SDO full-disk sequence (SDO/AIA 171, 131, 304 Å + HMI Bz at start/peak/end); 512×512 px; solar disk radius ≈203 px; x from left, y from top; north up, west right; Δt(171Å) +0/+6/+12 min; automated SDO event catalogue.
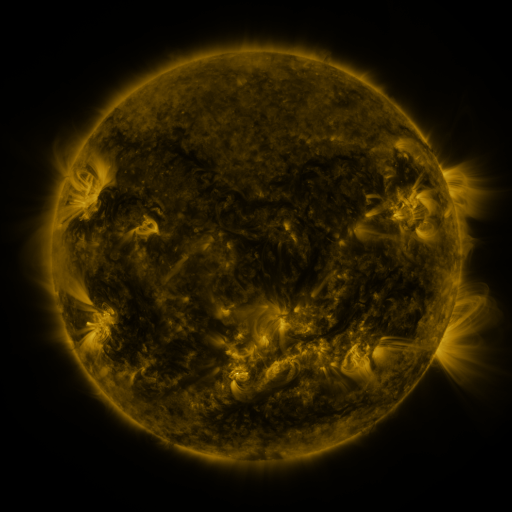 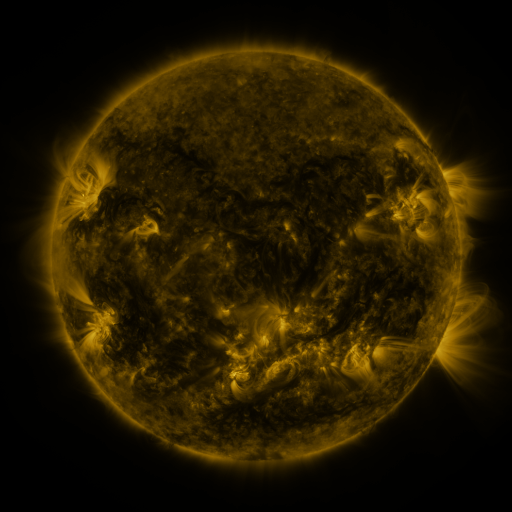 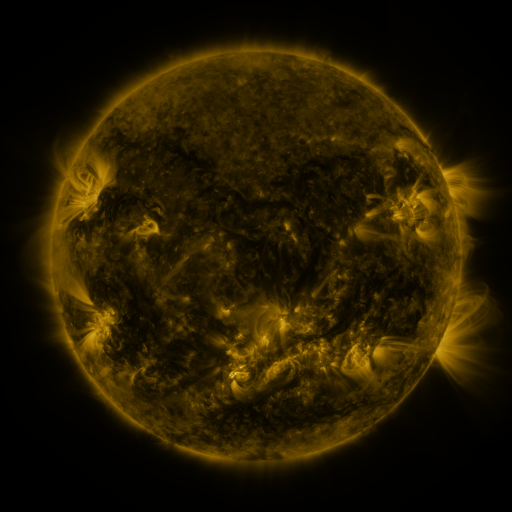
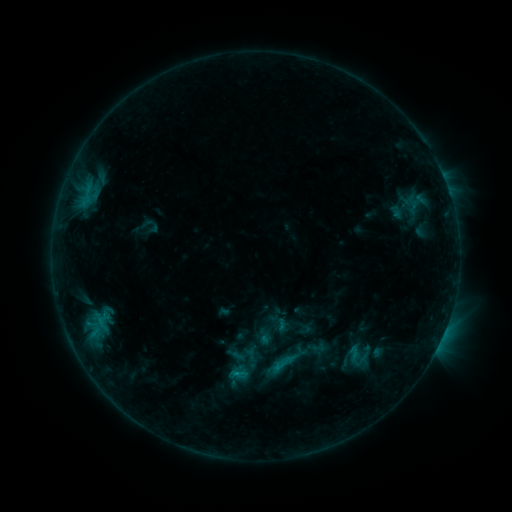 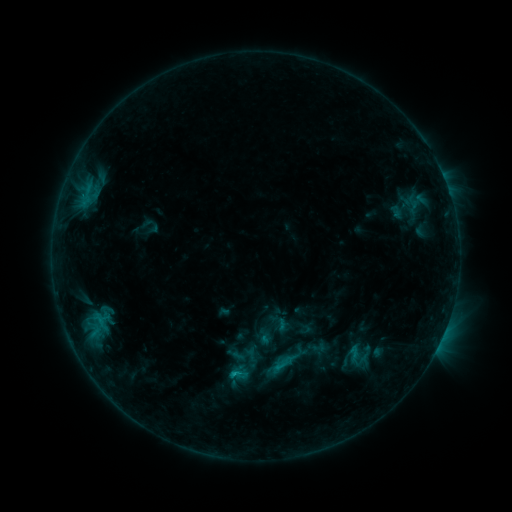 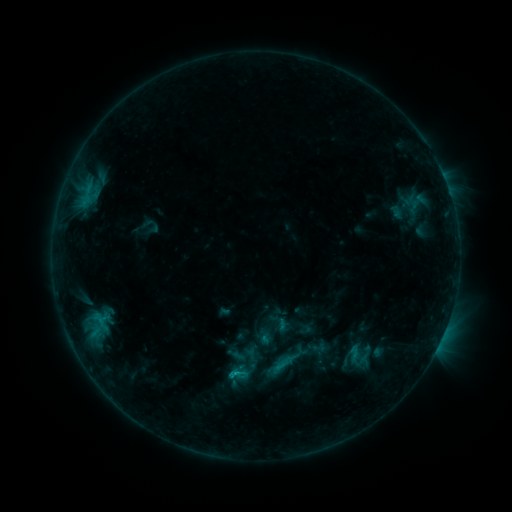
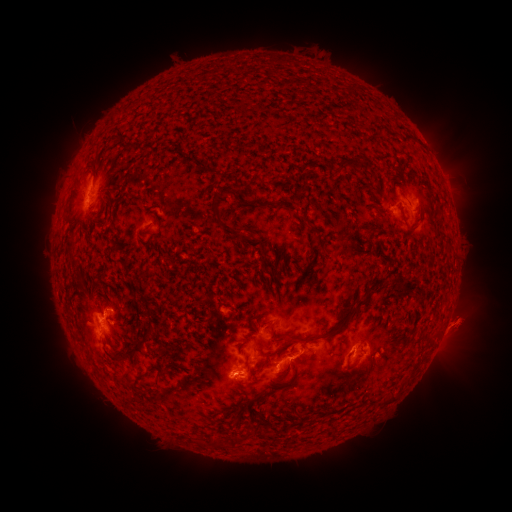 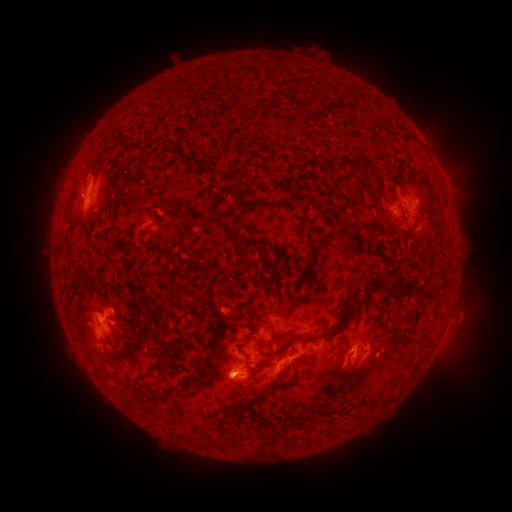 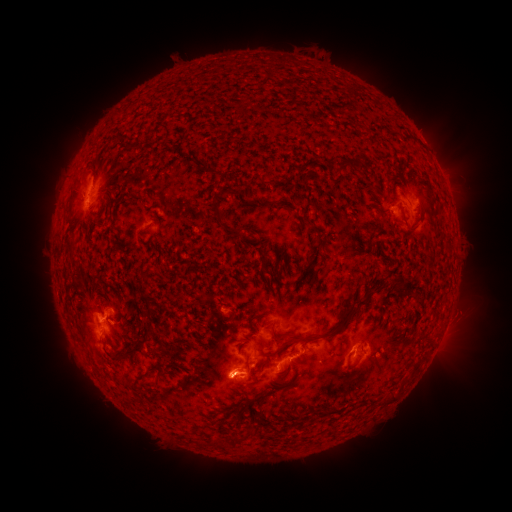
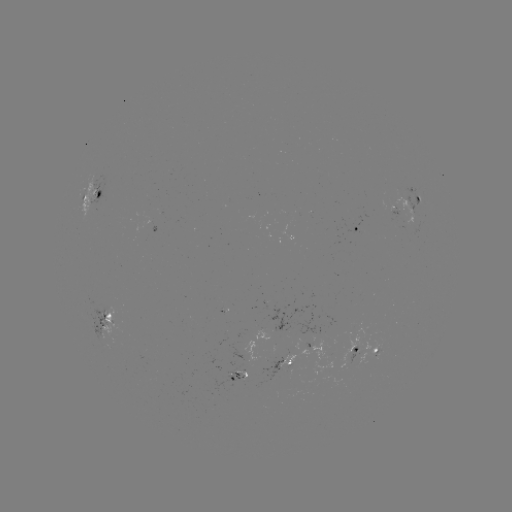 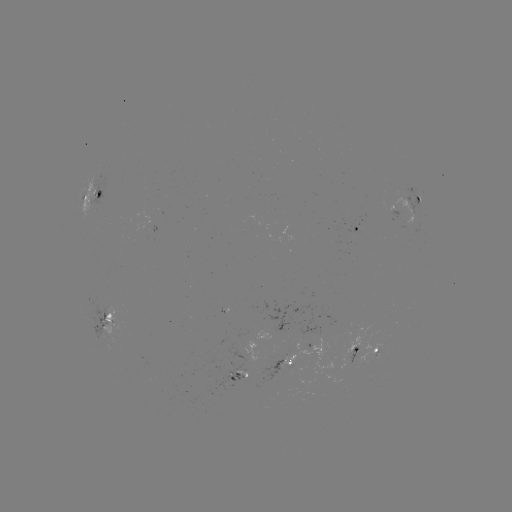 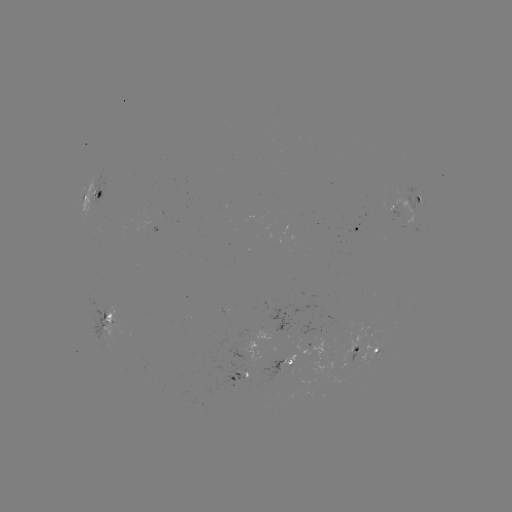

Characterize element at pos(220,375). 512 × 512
eruption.